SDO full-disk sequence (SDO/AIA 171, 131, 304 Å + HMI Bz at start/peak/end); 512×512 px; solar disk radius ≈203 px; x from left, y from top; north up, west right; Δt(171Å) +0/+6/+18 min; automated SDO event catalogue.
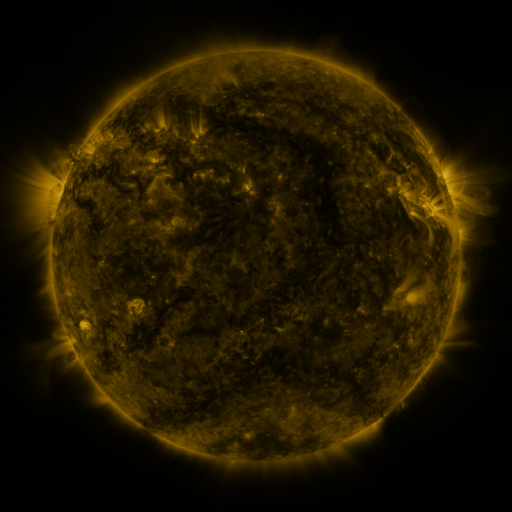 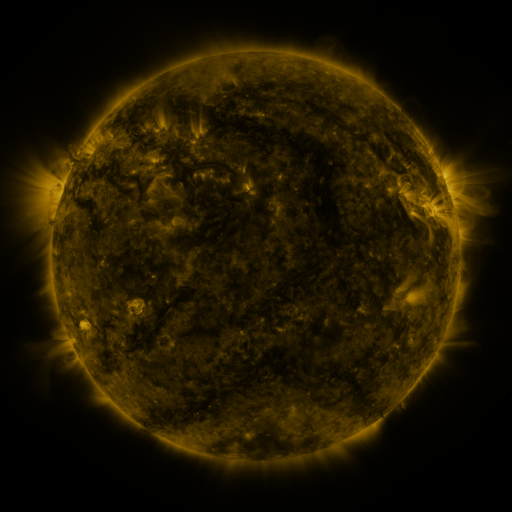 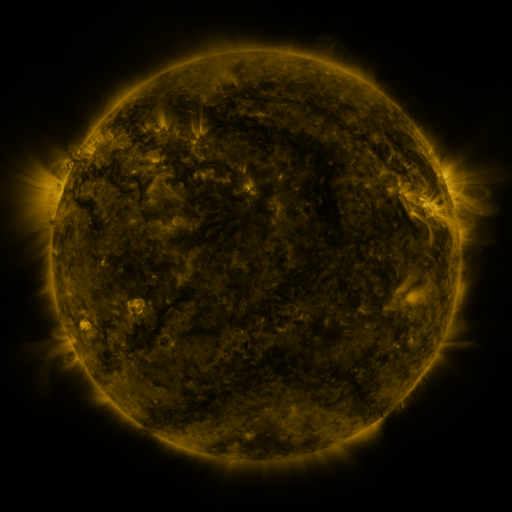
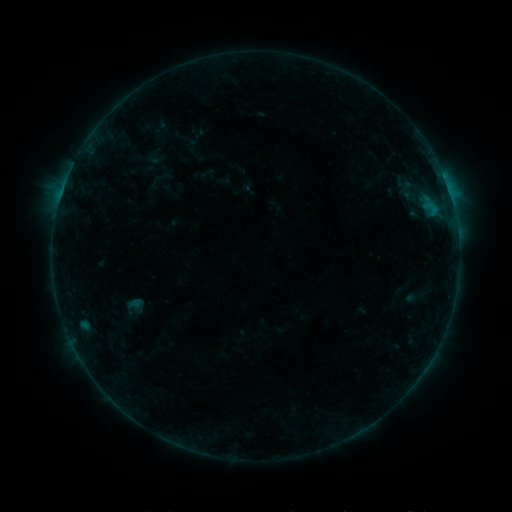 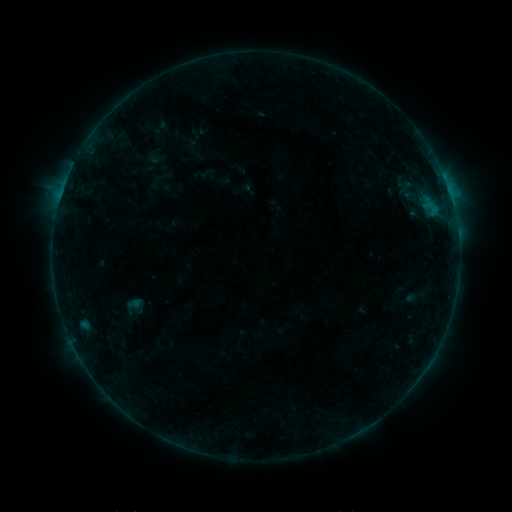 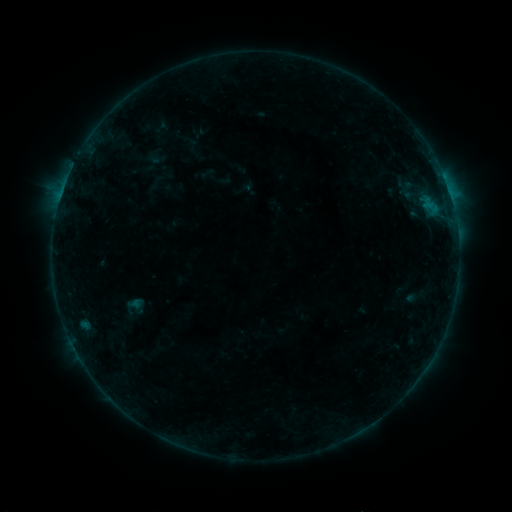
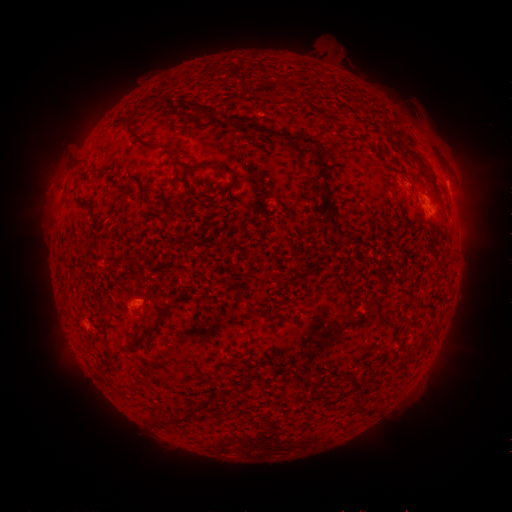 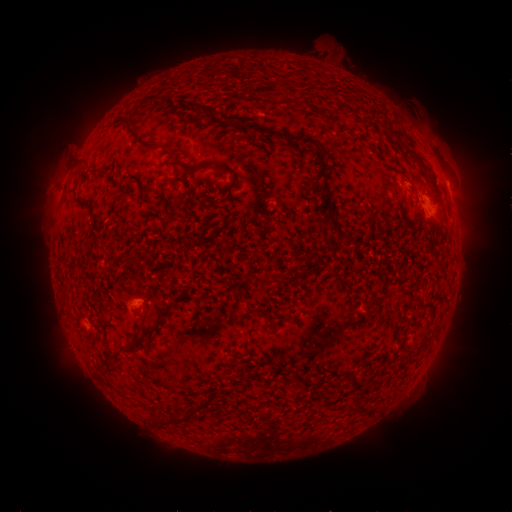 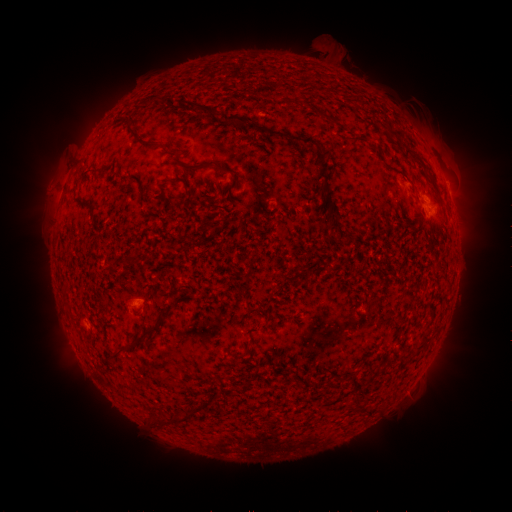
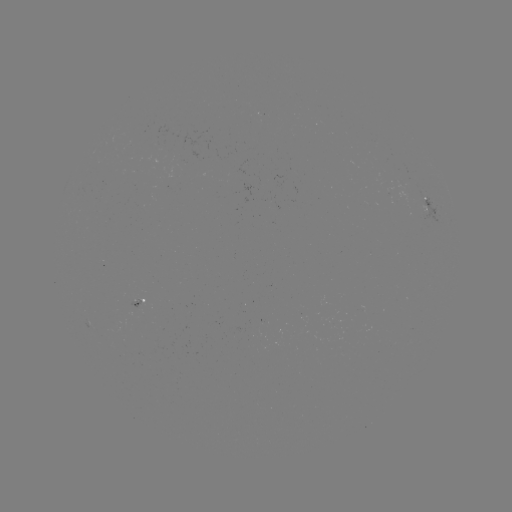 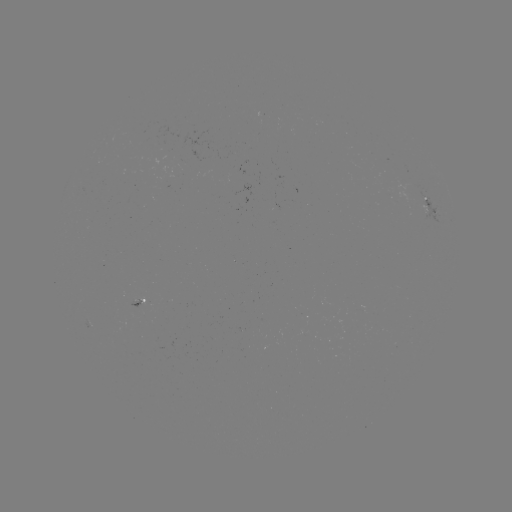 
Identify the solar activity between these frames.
no classed flare was catalogued and no EUV brightening was flagged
